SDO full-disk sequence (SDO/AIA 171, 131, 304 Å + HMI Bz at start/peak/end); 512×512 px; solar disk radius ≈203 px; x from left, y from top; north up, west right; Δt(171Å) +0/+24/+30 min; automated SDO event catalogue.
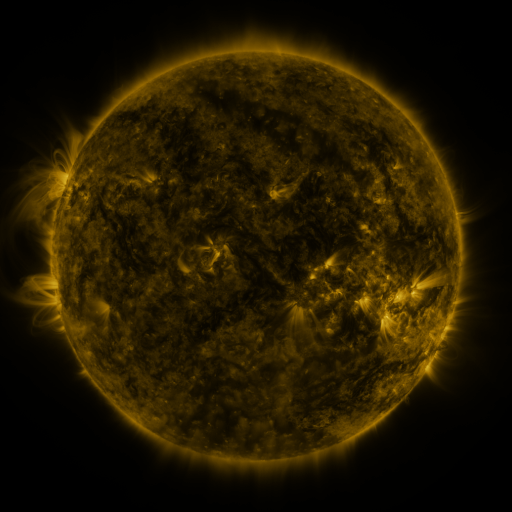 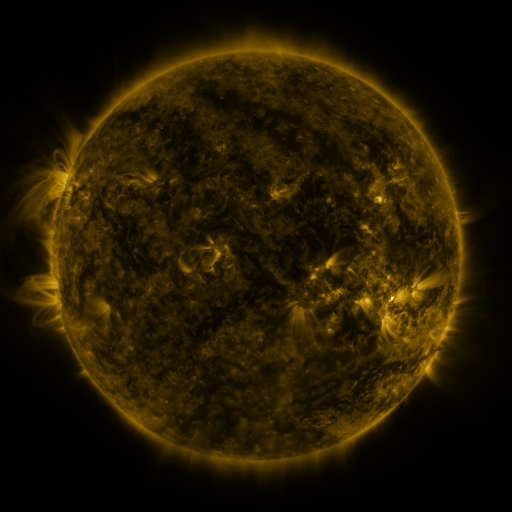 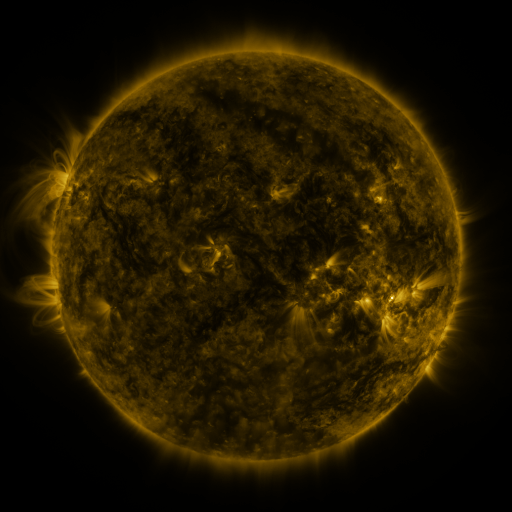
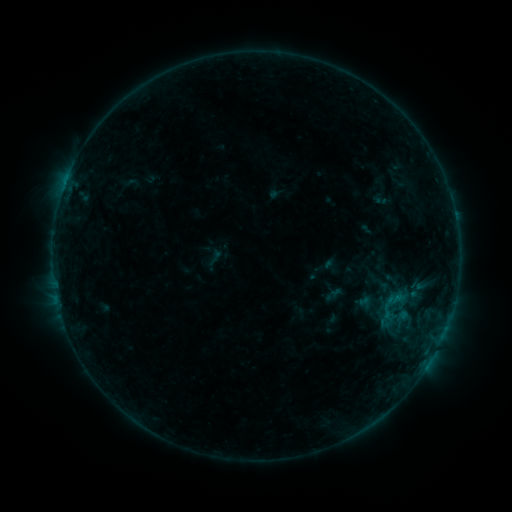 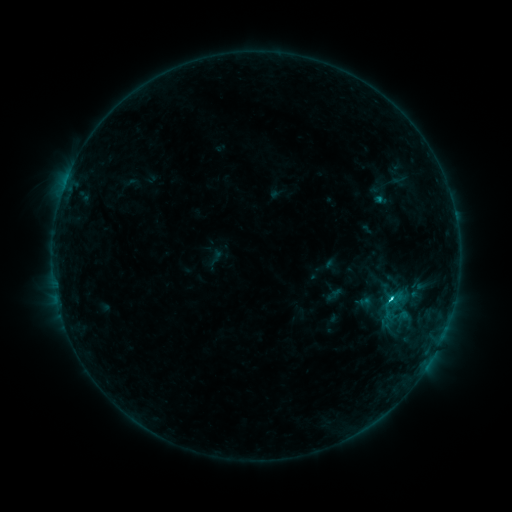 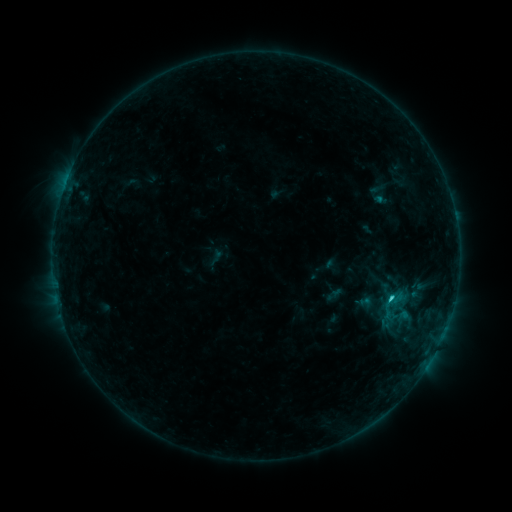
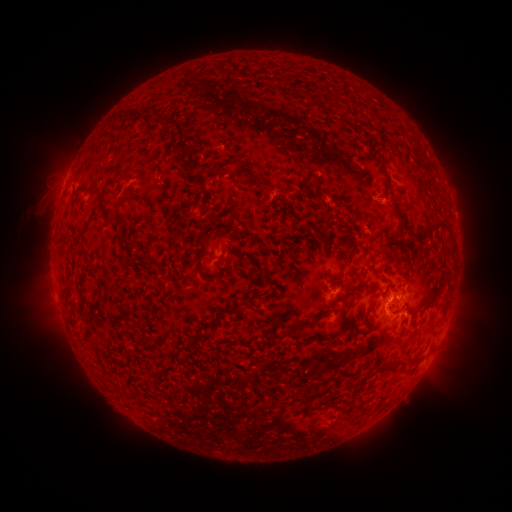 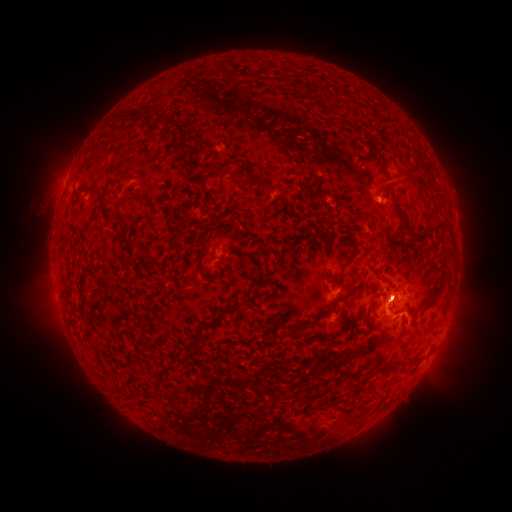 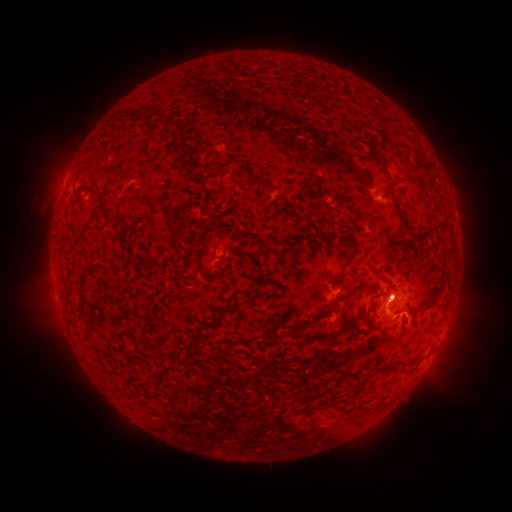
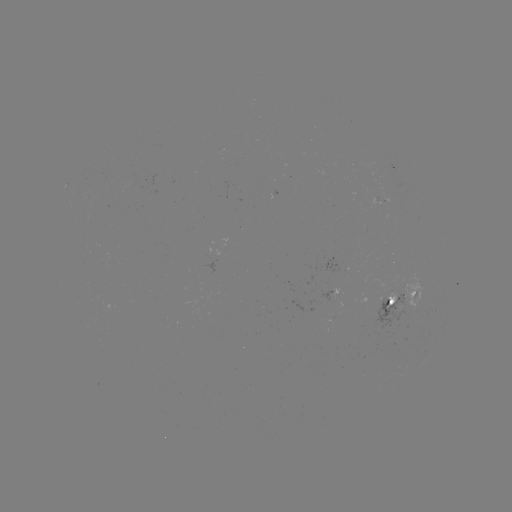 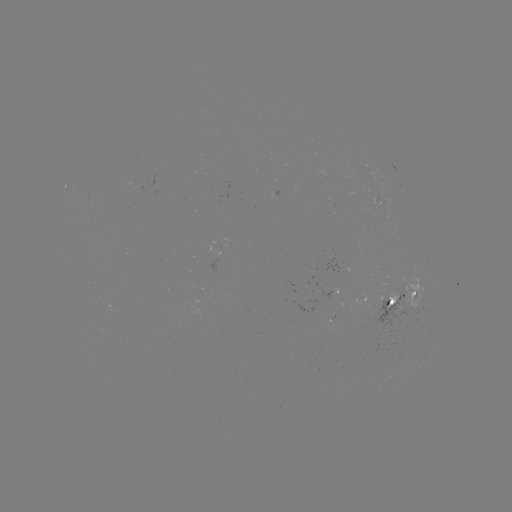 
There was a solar flare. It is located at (391, 297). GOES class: C2.1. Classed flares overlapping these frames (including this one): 2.